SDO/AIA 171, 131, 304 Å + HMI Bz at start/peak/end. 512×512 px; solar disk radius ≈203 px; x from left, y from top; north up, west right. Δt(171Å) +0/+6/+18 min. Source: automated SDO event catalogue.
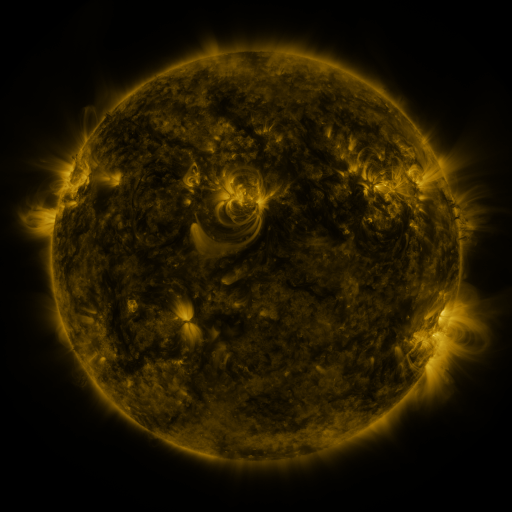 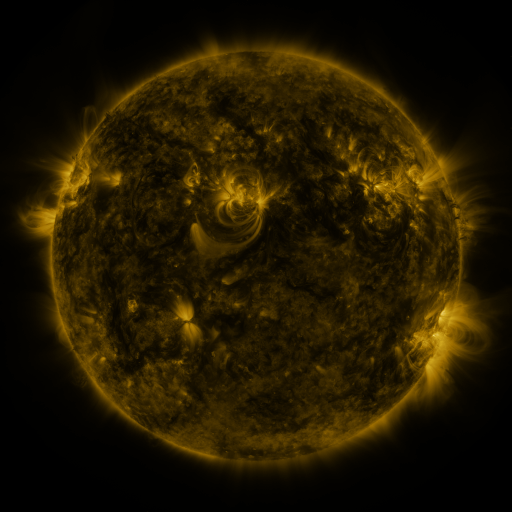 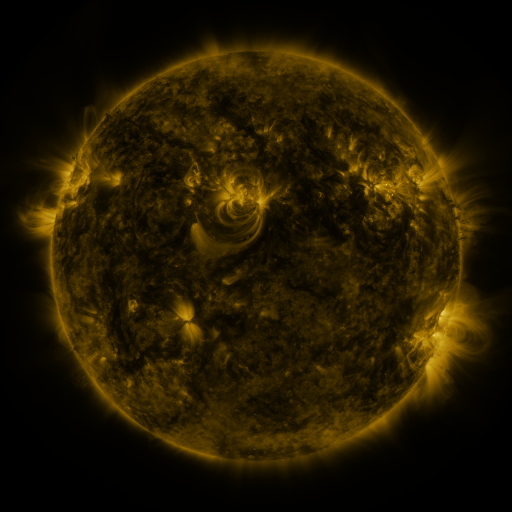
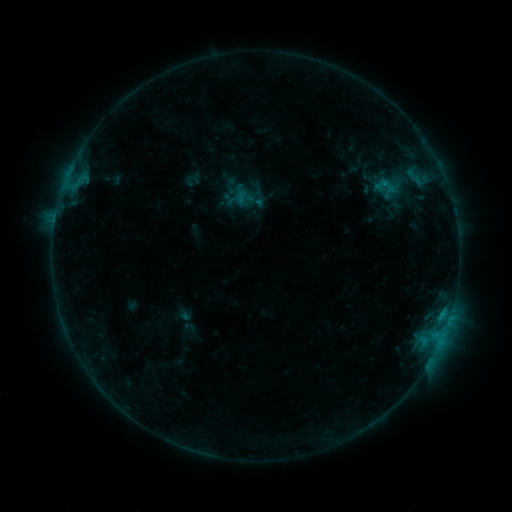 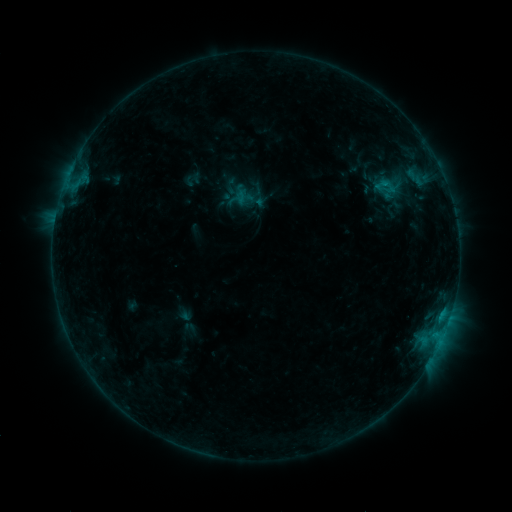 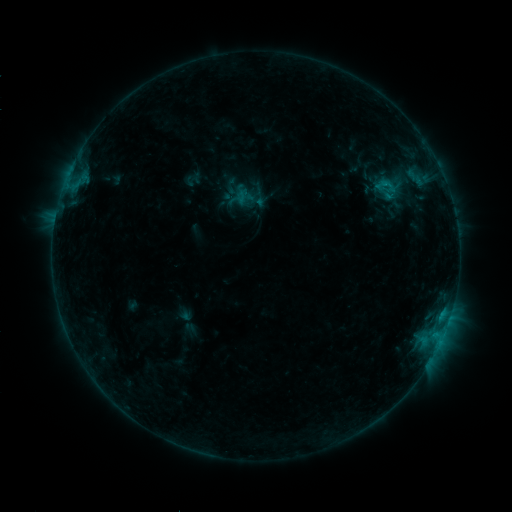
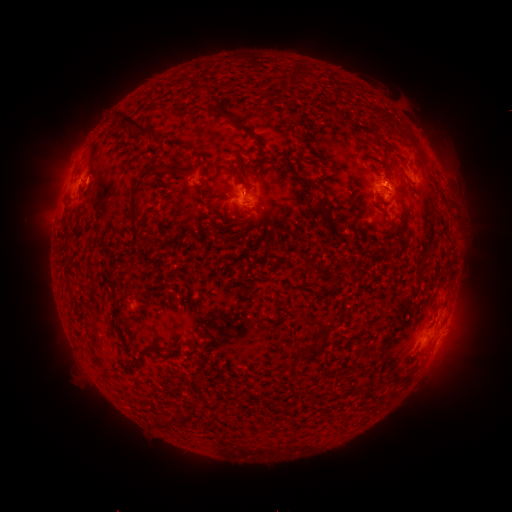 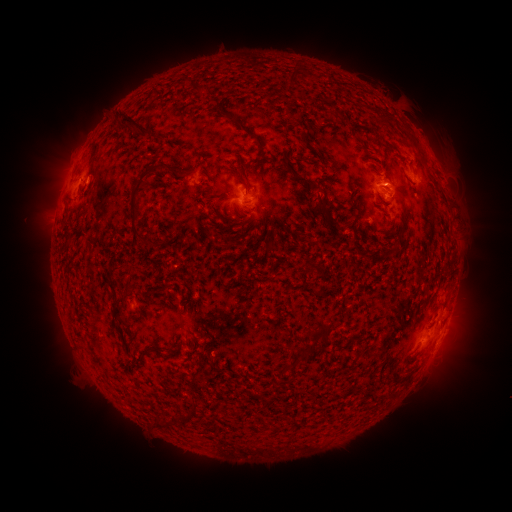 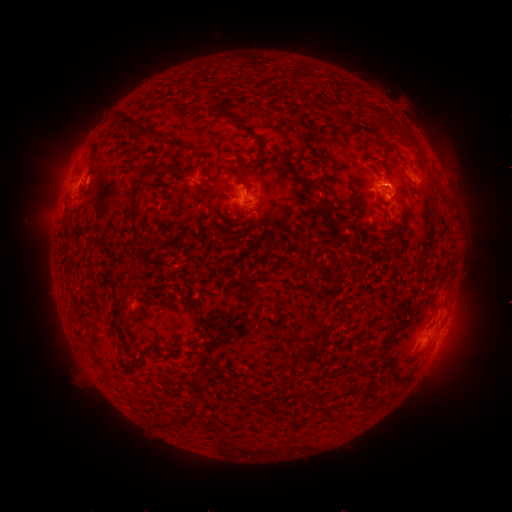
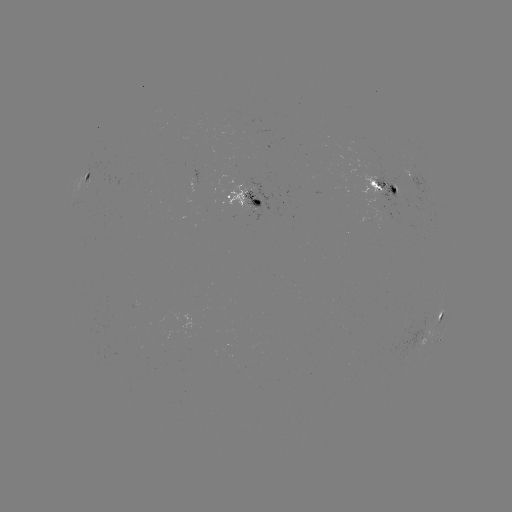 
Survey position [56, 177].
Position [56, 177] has eruption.